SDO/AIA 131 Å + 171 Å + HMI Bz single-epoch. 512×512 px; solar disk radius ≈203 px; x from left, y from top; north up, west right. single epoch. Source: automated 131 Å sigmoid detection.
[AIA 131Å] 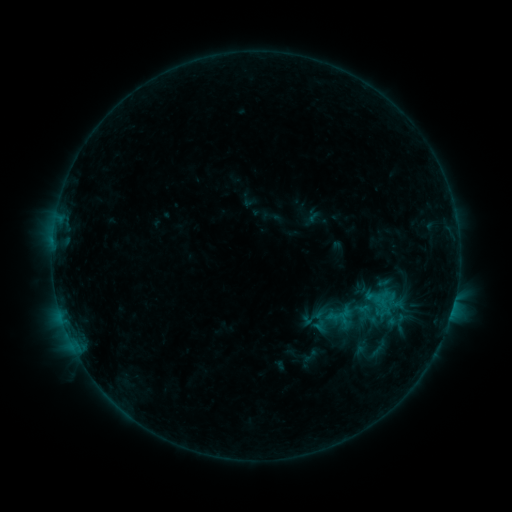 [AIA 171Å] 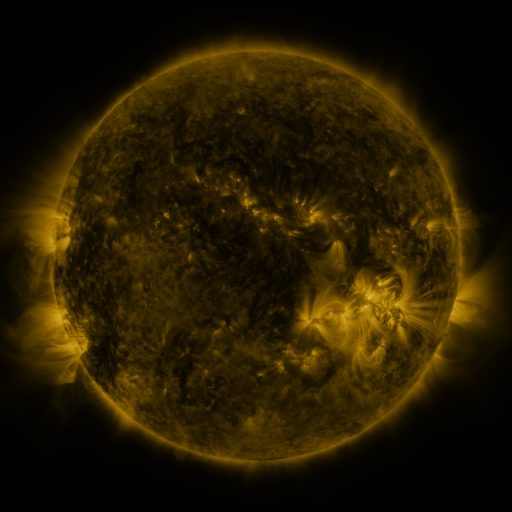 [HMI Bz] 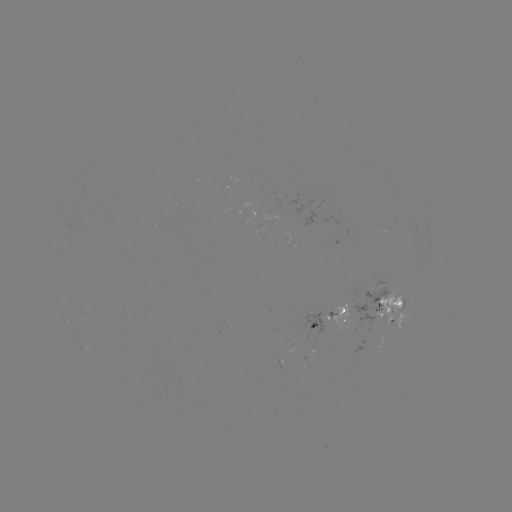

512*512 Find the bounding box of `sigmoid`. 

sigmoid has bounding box [306, 306, 334, 334].